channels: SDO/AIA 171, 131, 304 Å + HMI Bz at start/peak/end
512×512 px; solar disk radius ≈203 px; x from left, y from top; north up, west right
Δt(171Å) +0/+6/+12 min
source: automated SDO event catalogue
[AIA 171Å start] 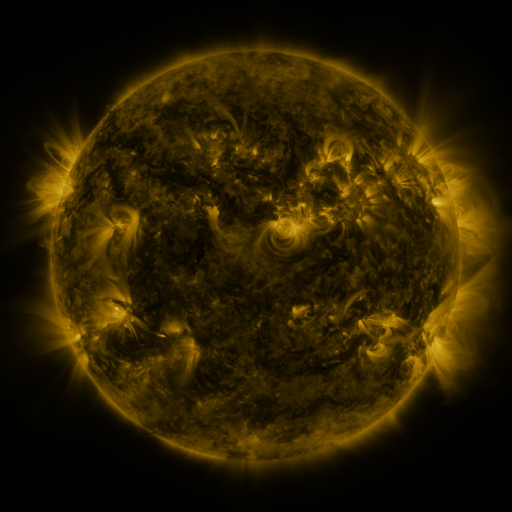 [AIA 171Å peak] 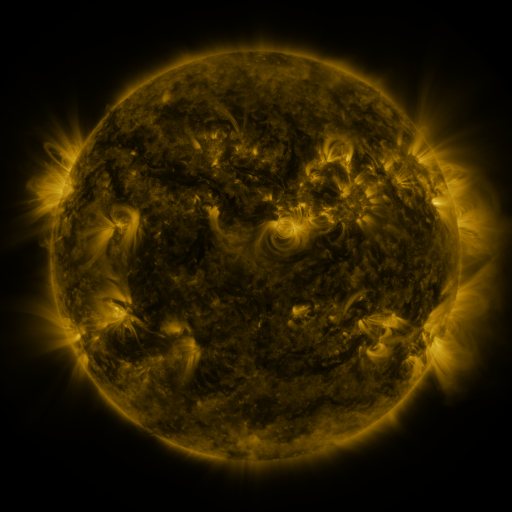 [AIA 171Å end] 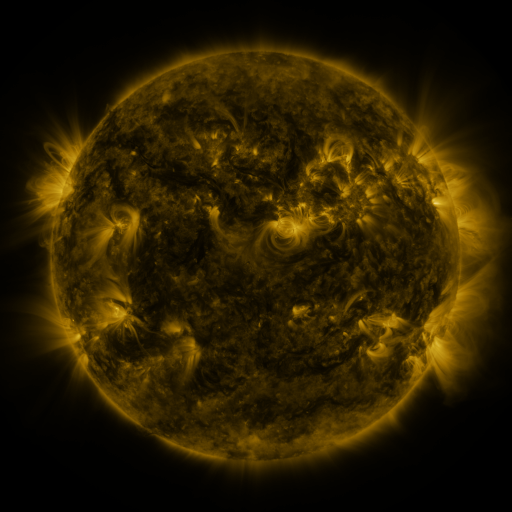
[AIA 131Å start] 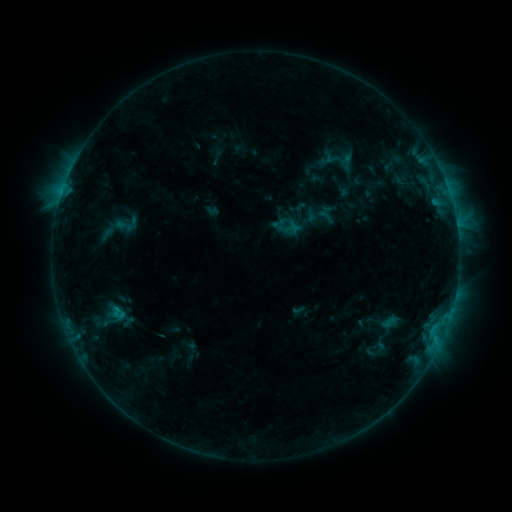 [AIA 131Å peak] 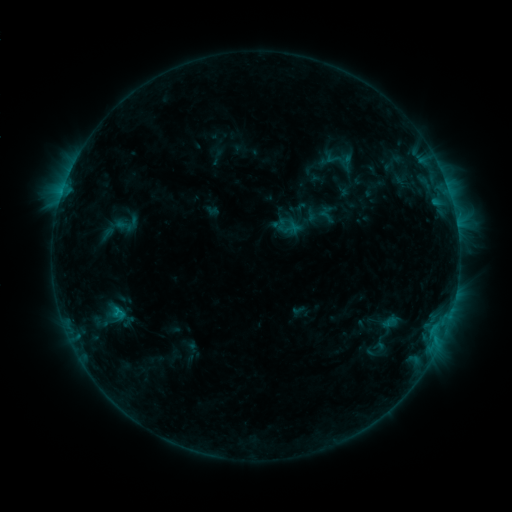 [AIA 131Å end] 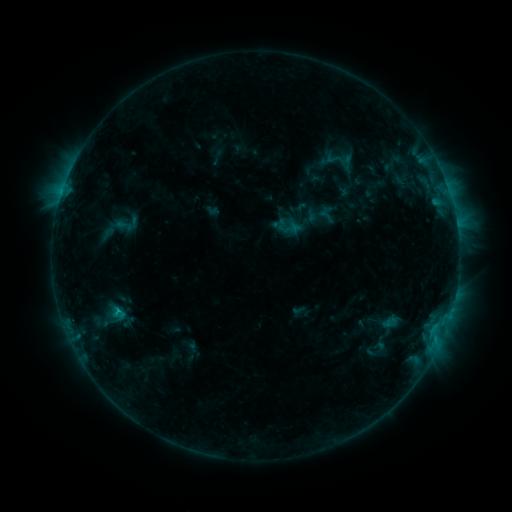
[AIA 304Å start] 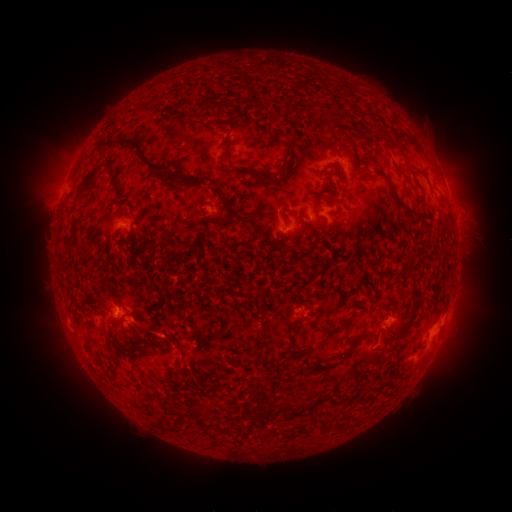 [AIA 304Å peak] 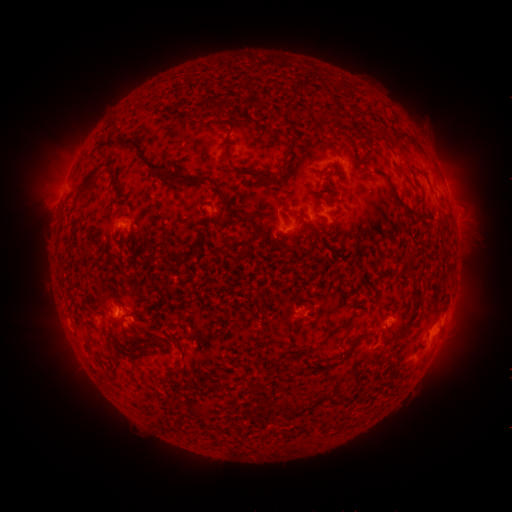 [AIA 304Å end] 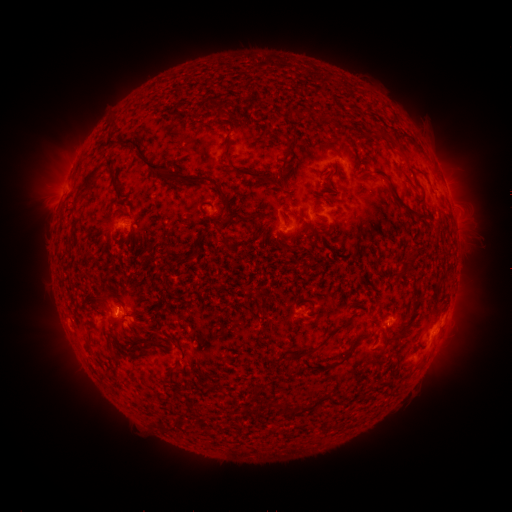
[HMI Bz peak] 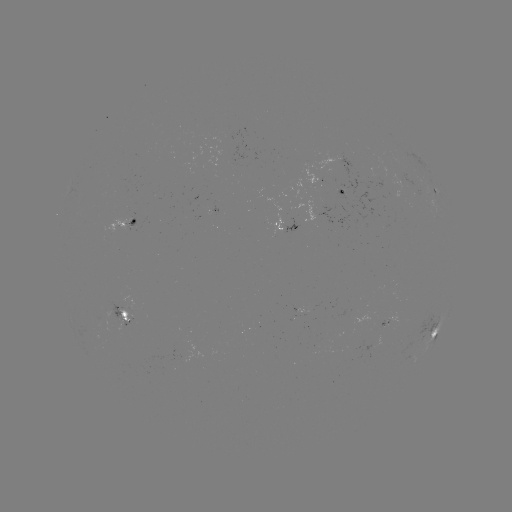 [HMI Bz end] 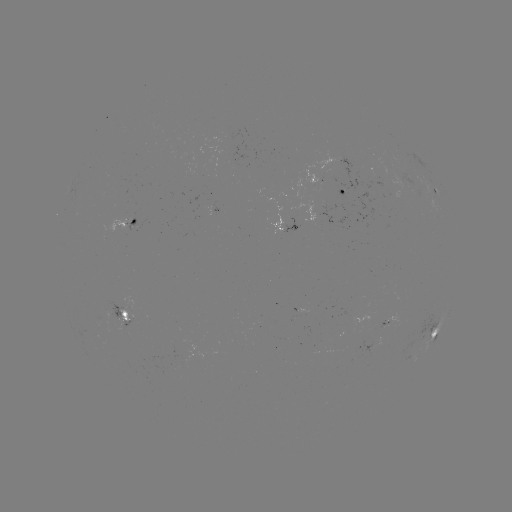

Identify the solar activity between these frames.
B8.6 flare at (119, 311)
